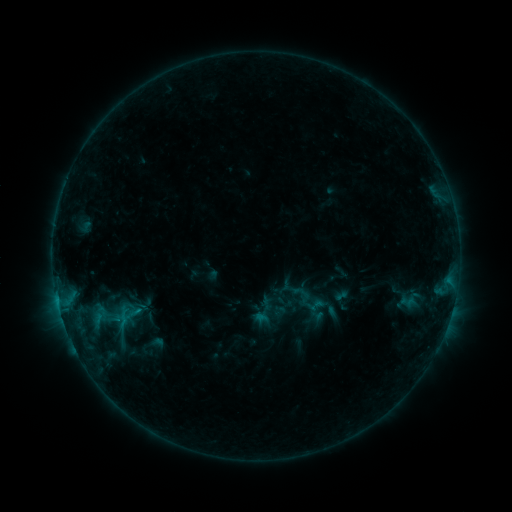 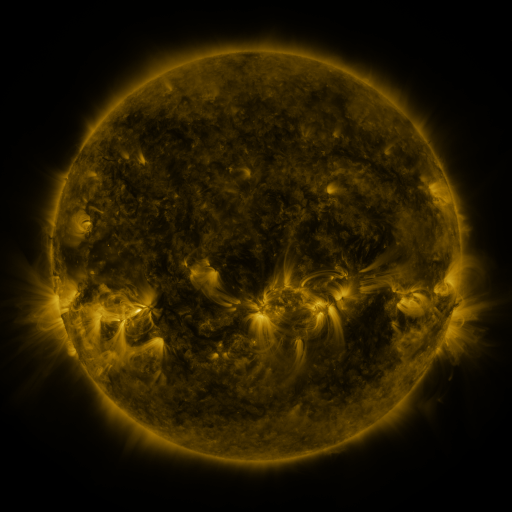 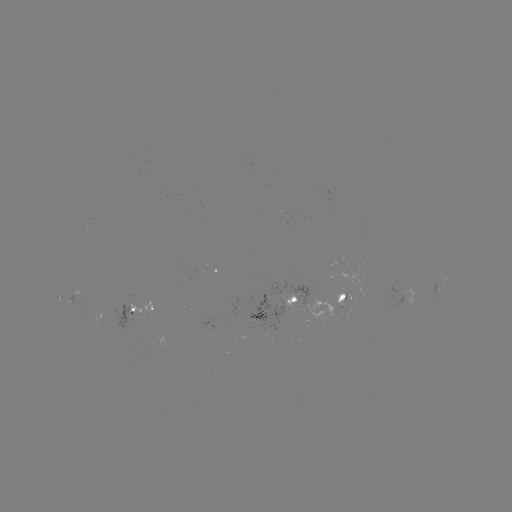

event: sigmoid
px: (308, 299)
